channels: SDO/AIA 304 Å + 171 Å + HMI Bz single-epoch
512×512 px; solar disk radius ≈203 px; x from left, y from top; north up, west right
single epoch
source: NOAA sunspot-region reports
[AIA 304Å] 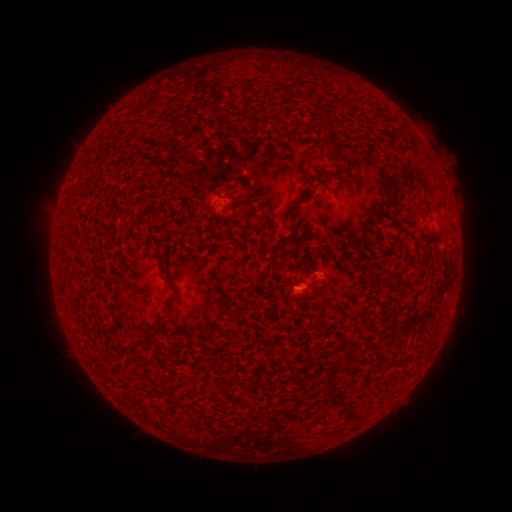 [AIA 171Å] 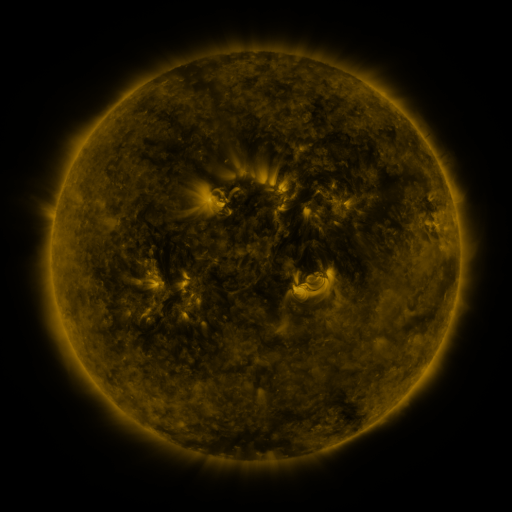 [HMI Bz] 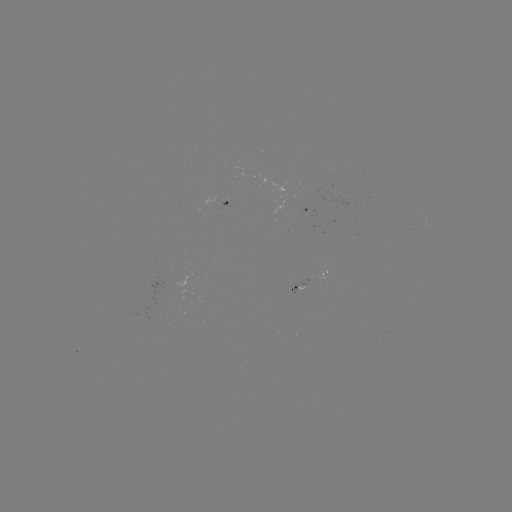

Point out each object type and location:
spotted active region: (218, 200)
spotted active region: (311, 211)
spotted active region: (318, 278)
spotted active region: (307, 289)
